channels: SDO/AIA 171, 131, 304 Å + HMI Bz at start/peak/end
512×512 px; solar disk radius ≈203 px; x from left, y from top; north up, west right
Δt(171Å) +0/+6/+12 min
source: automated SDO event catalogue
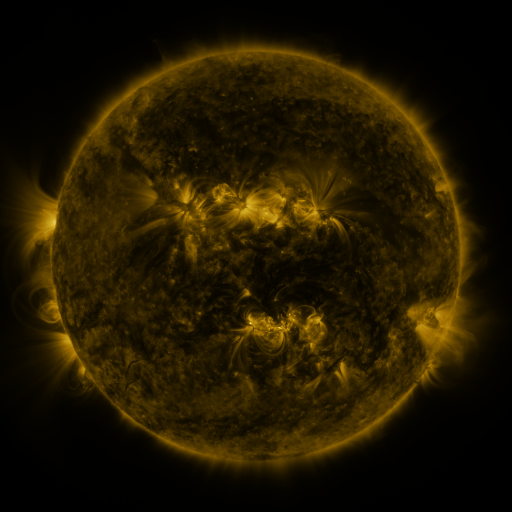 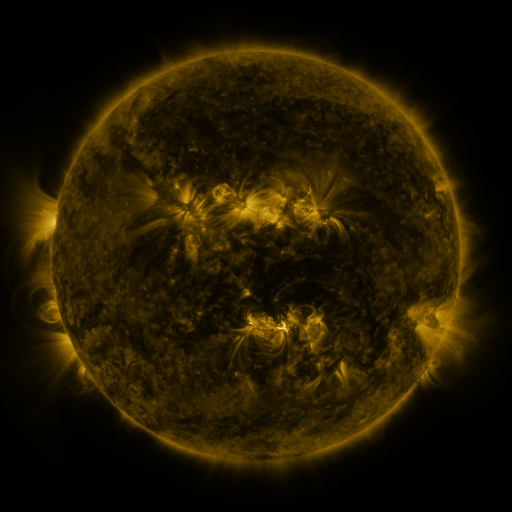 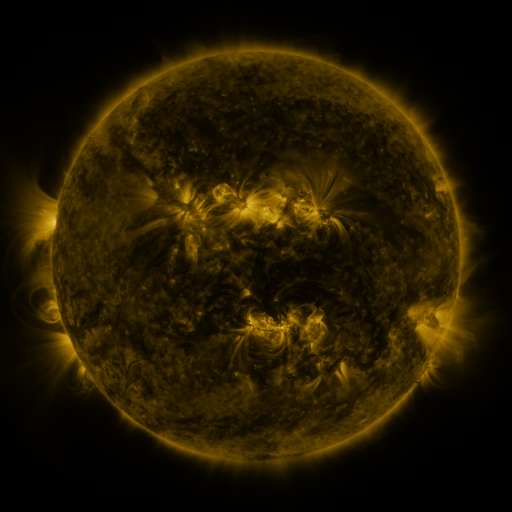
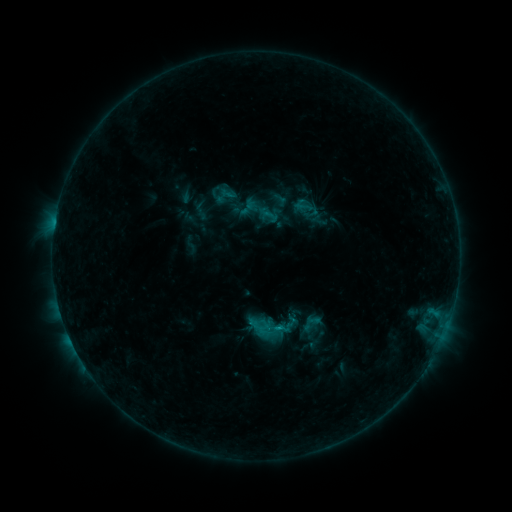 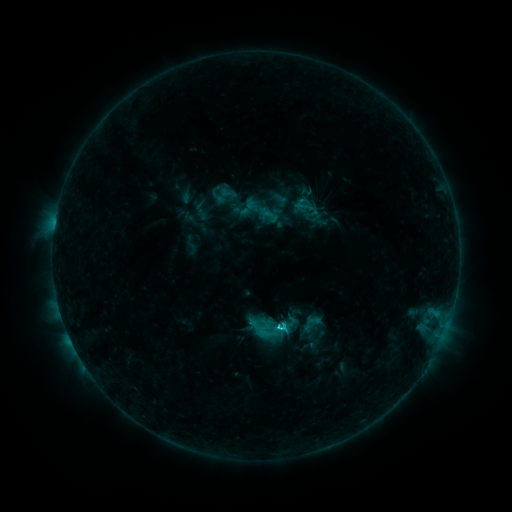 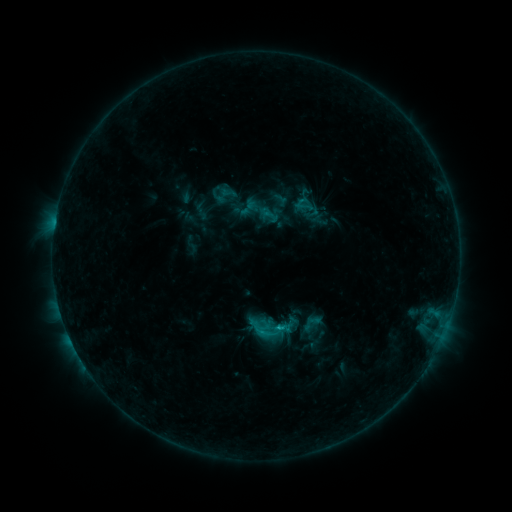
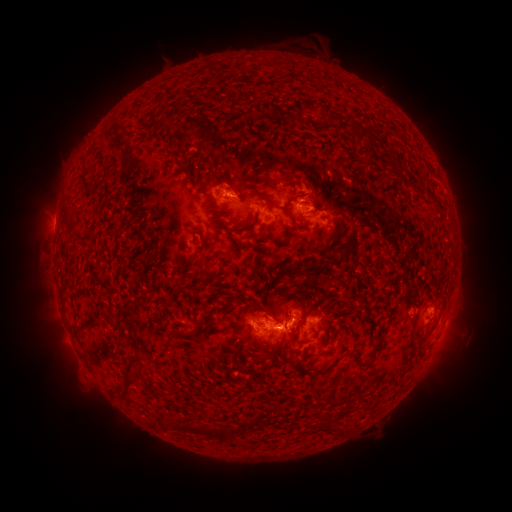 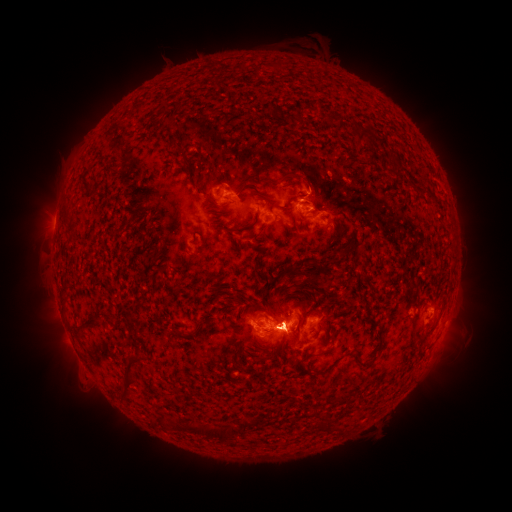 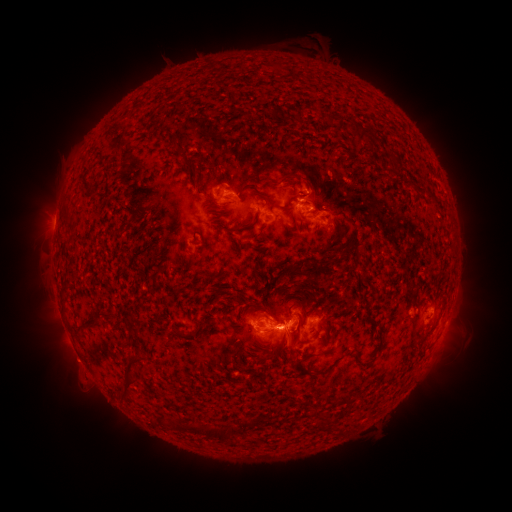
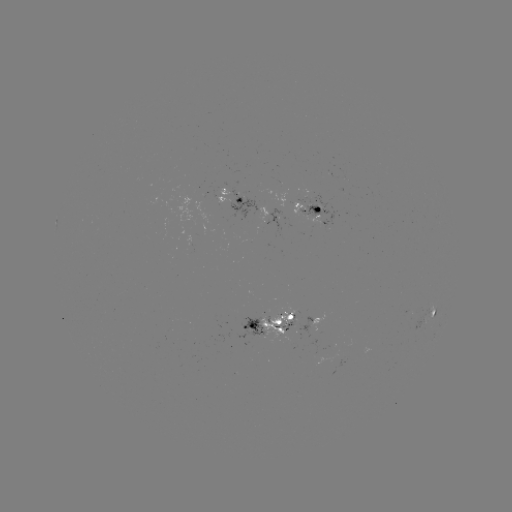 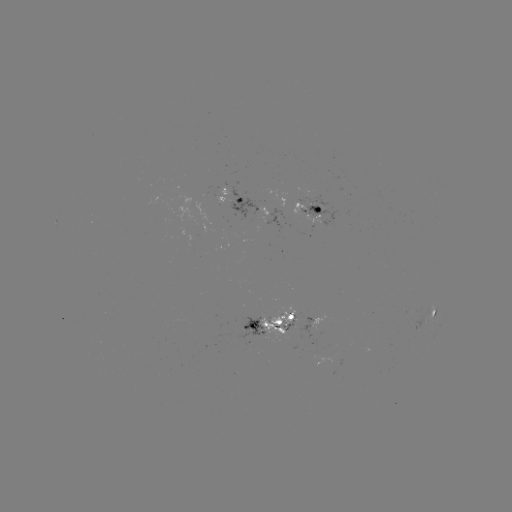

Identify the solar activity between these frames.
C2.2 flare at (276, 326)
